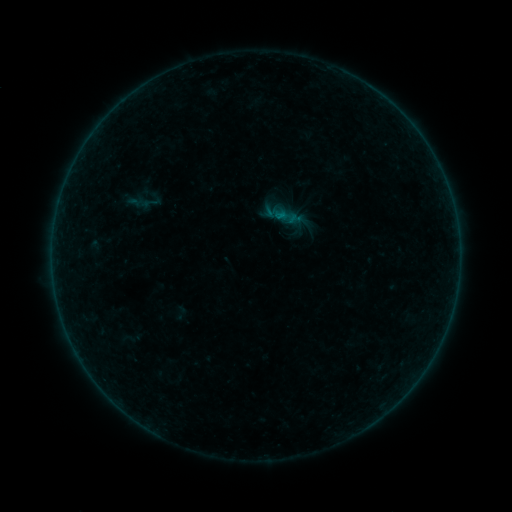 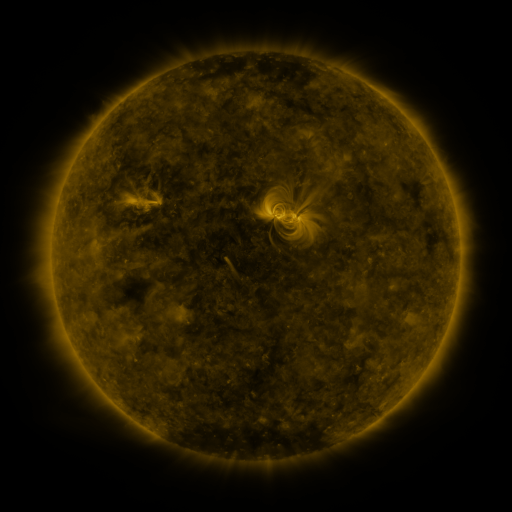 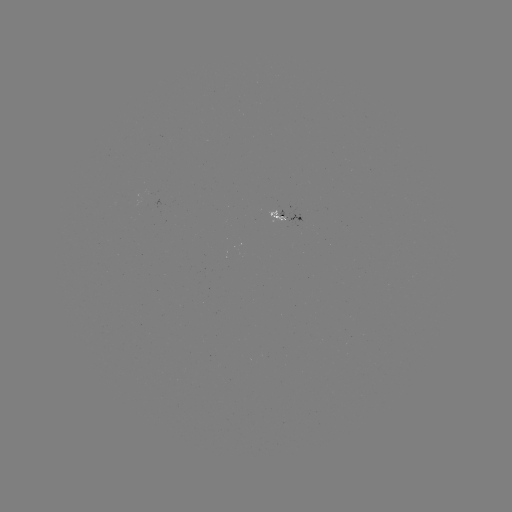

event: sigmoid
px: (285, 216)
